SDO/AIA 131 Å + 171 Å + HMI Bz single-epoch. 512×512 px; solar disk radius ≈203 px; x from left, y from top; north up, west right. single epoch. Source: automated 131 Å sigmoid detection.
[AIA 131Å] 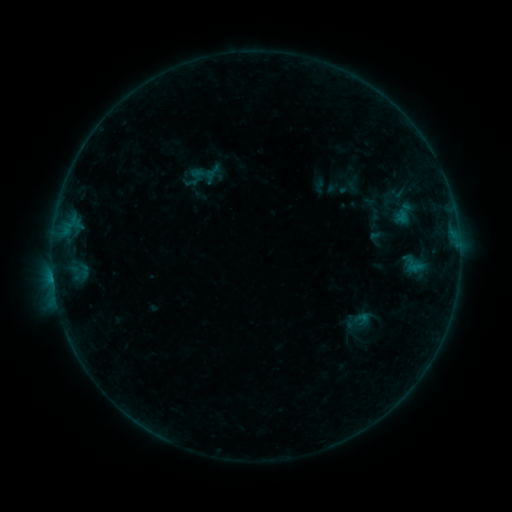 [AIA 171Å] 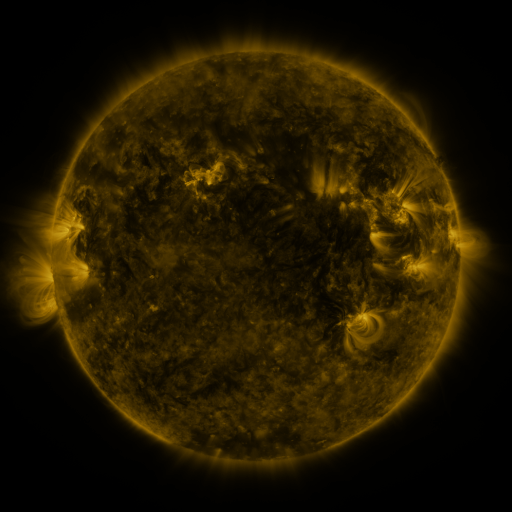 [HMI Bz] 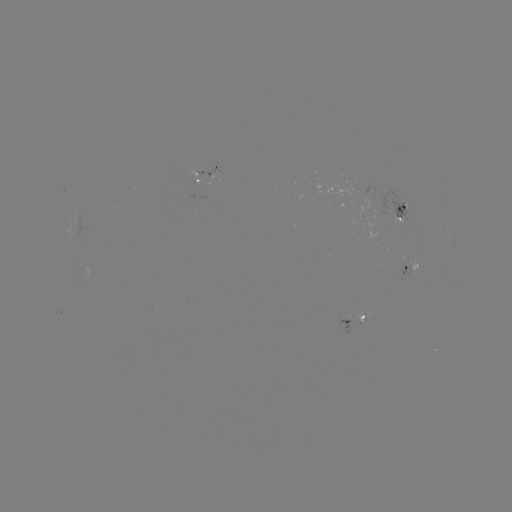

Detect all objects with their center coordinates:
sigmoid: (413, 263)
sigmoid: (362, 319)
